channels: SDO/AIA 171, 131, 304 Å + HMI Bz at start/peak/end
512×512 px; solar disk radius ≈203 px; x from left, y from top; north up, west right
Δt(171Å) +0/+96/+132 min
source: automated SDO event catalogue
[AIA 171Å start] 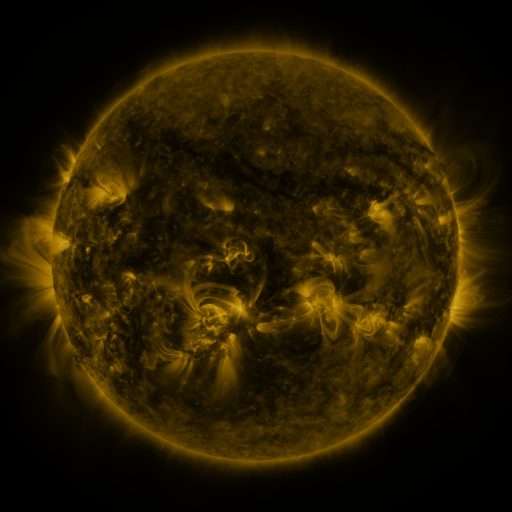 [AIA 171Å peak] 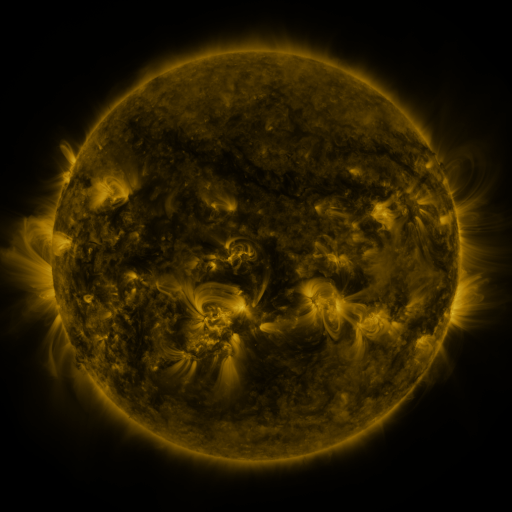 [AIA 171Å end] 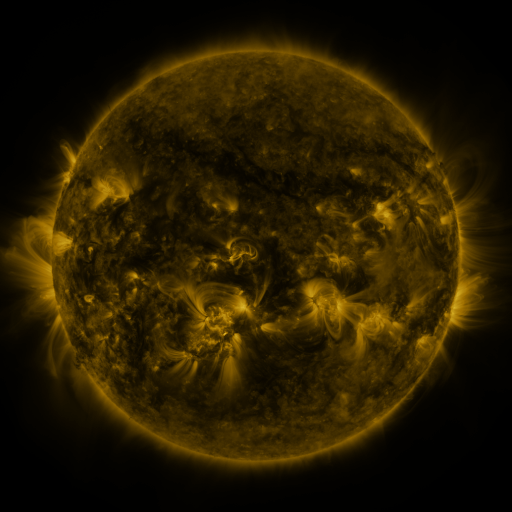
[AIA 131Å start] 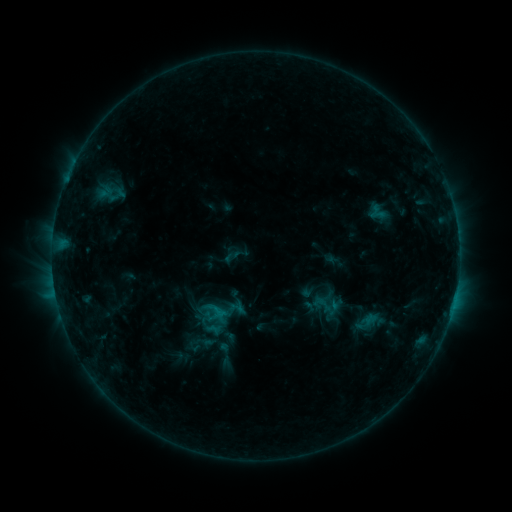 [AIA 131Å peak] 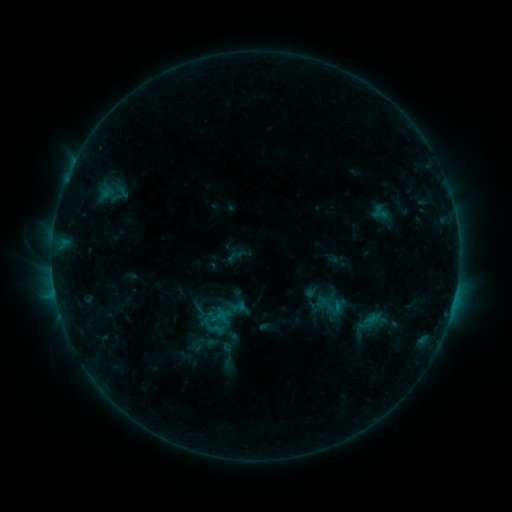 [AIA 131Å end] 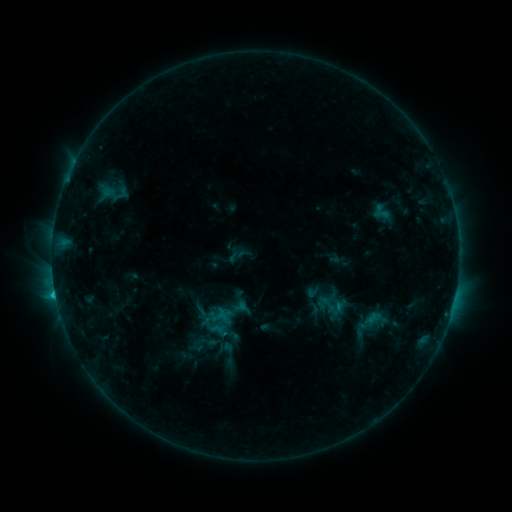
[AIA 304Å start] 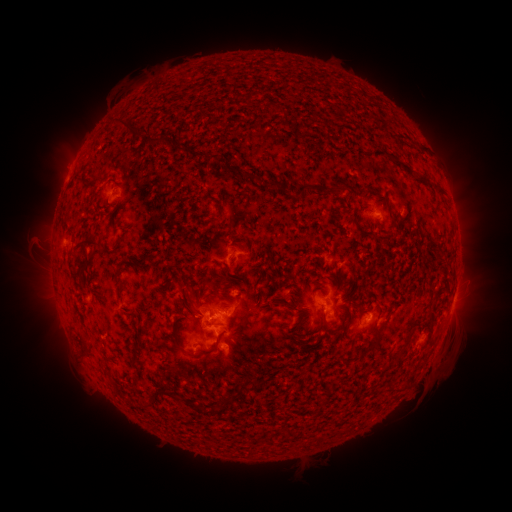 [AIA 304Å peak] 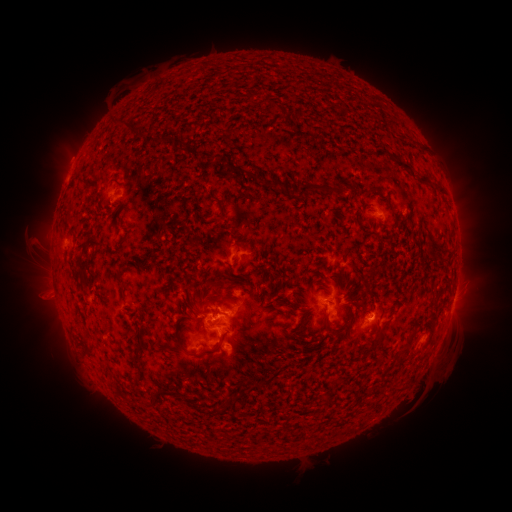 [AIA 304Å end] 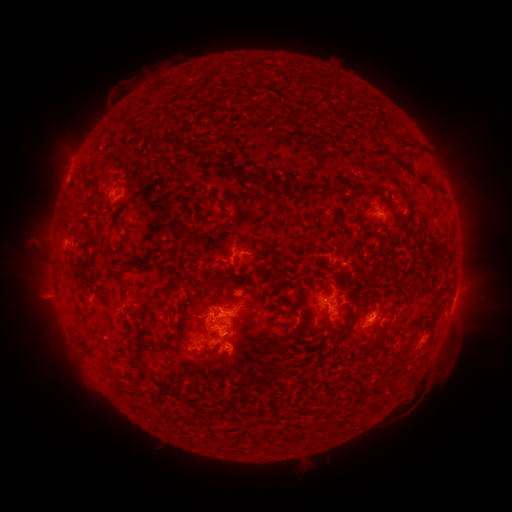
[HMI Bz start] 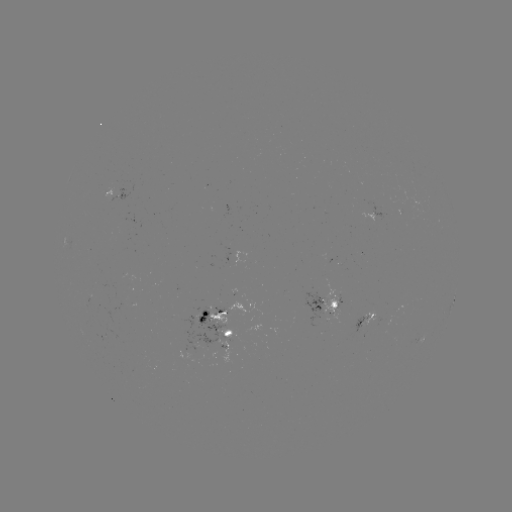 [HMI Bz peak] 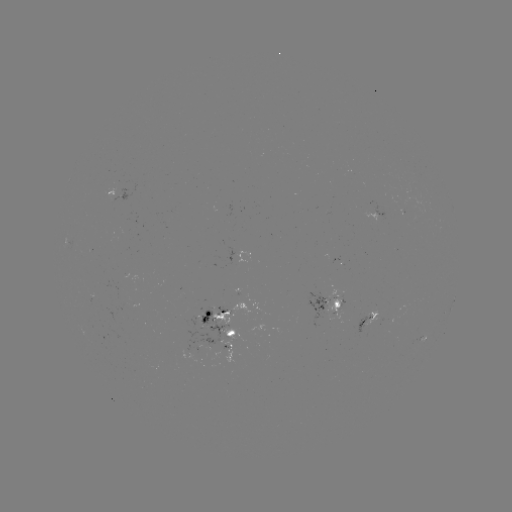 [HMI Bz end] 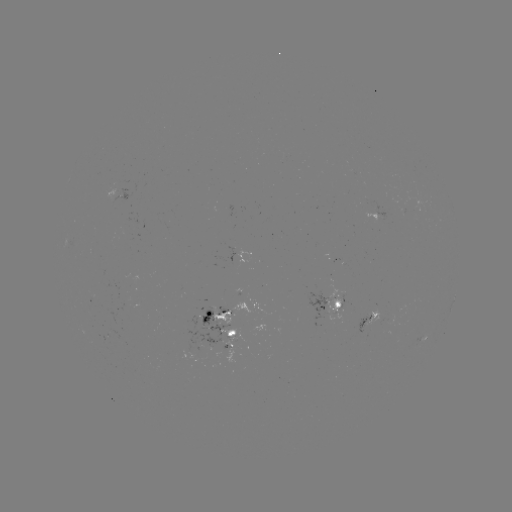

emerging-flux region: [365, 311, 379, 324]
